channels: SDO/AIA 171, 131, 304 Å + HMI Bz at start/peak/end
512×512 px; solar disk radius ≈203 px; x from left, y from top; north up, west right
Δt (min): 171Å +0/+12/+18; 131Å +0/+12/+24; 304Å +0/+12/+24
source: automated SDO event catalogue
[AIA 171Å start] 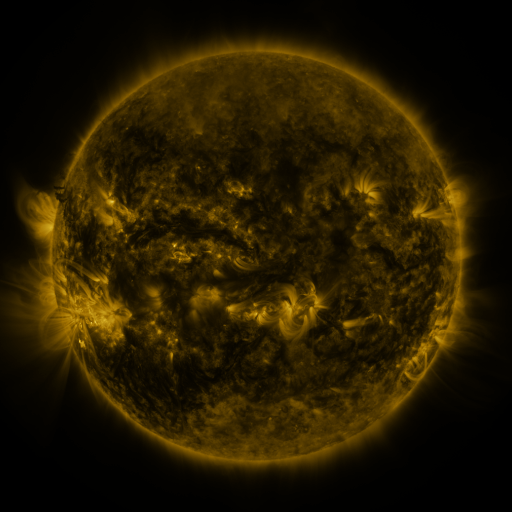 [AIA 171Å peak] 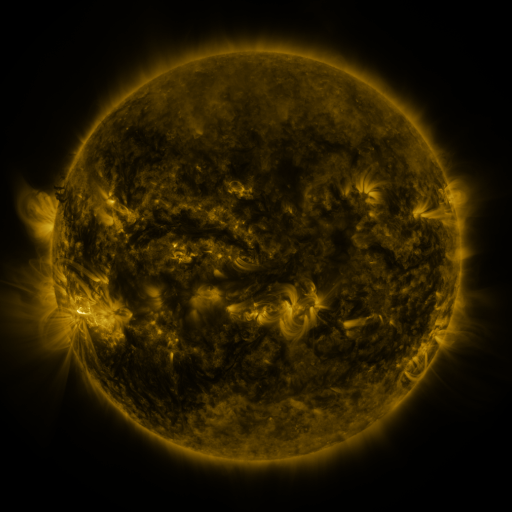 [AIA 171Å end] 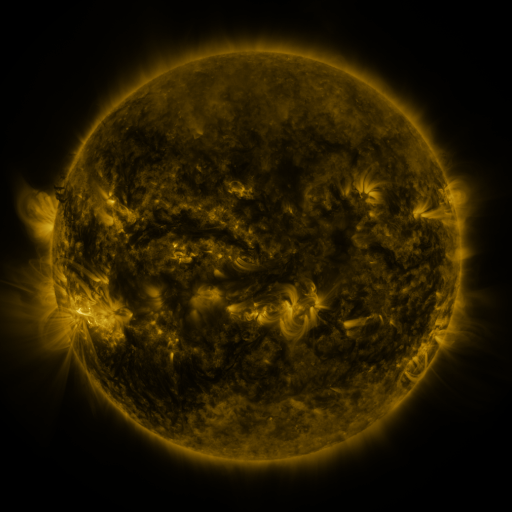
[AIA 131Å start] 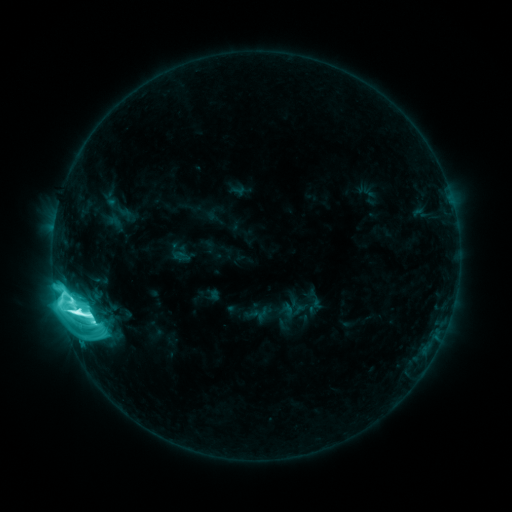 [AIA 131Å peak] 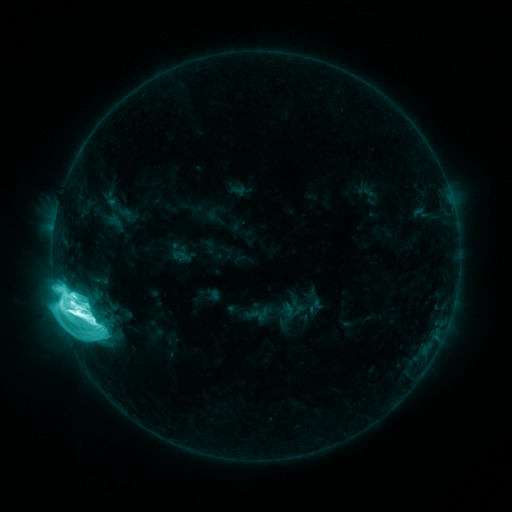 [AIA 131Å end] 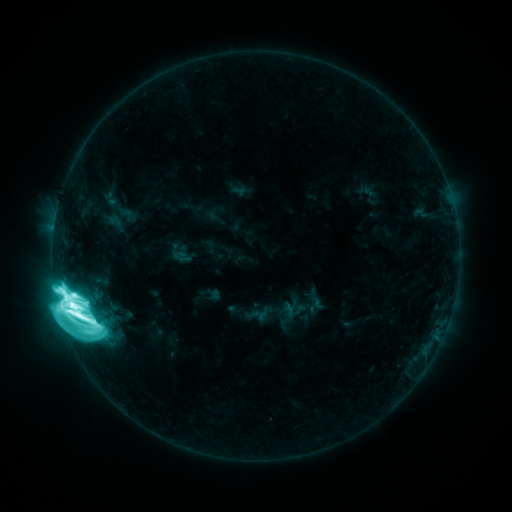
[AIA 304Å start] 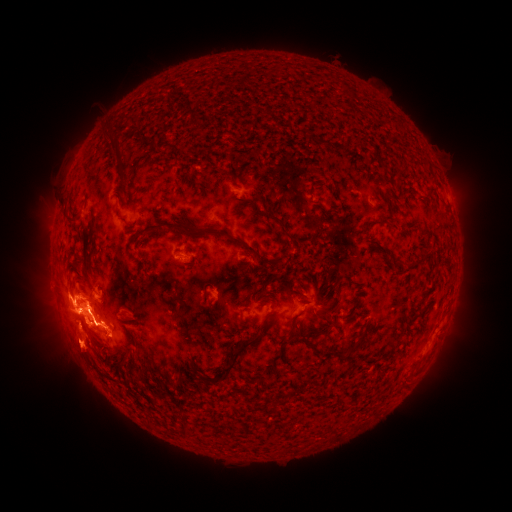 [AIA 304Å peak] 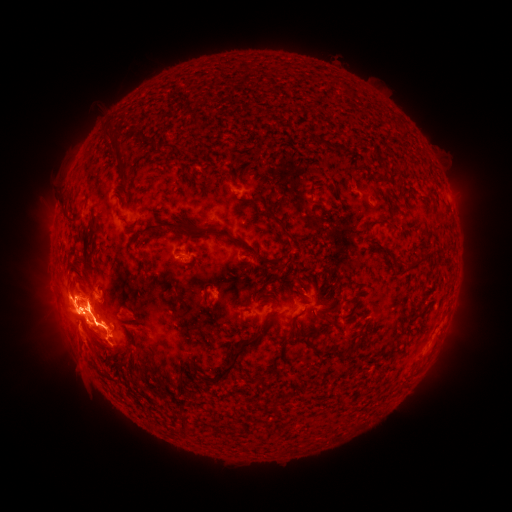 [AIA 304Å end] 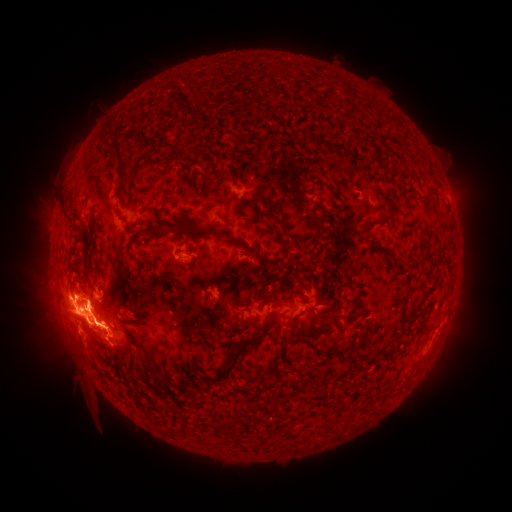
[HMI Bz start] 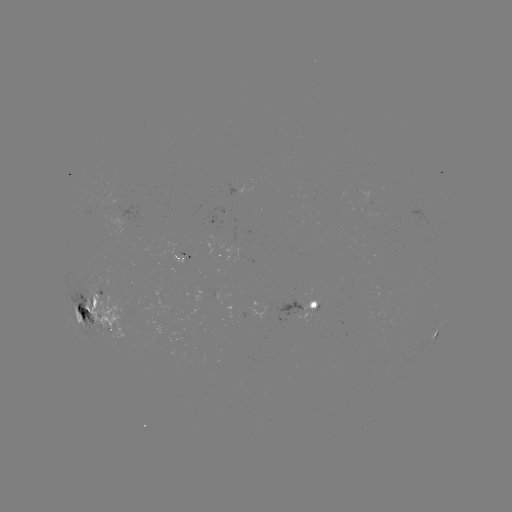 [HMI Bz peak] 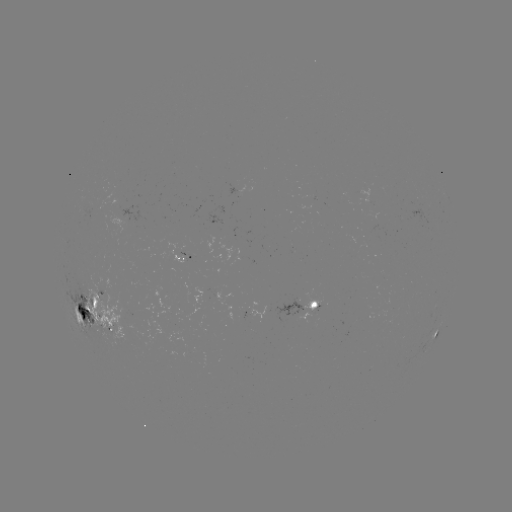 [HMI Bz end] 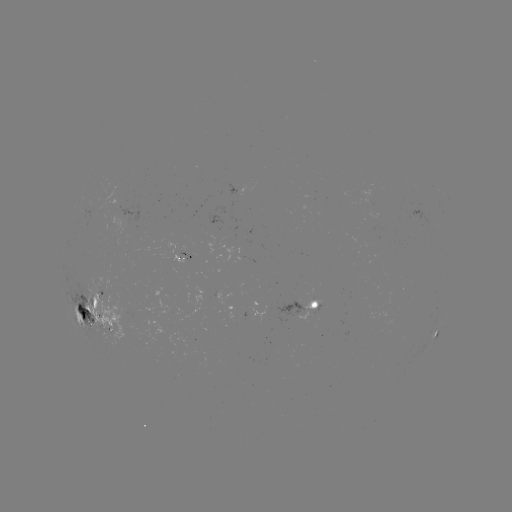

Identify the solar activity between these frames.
eruption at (82, 357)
